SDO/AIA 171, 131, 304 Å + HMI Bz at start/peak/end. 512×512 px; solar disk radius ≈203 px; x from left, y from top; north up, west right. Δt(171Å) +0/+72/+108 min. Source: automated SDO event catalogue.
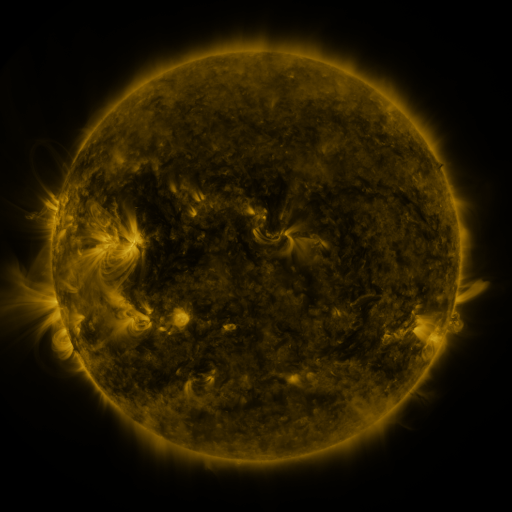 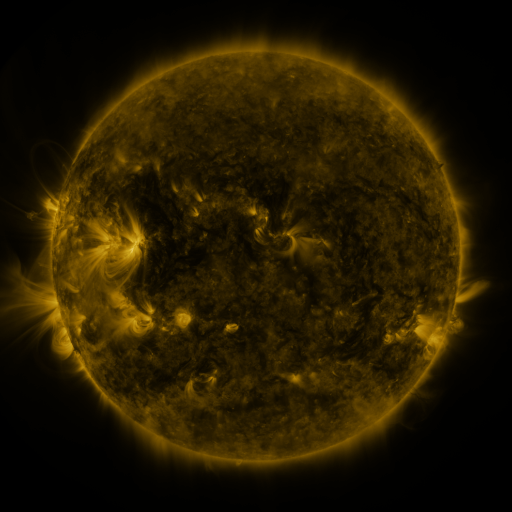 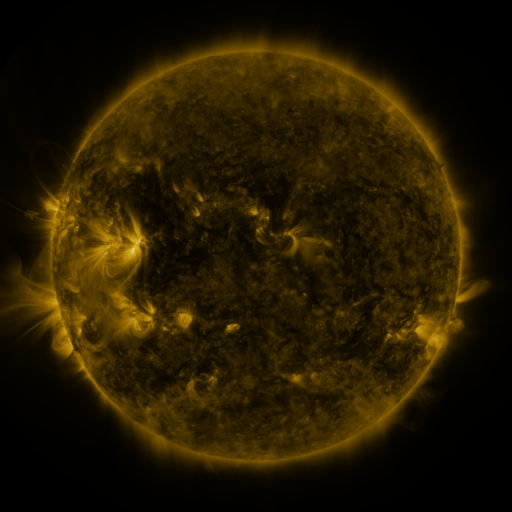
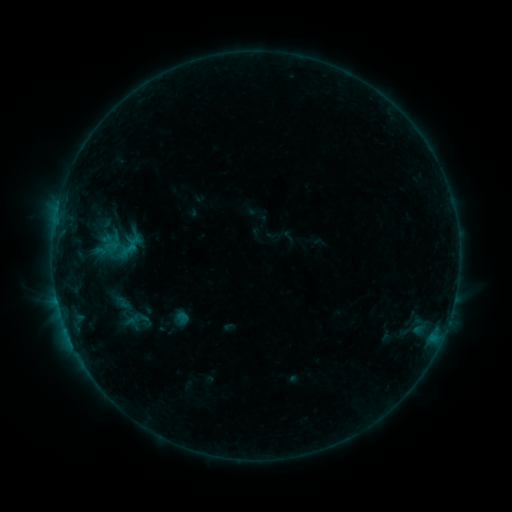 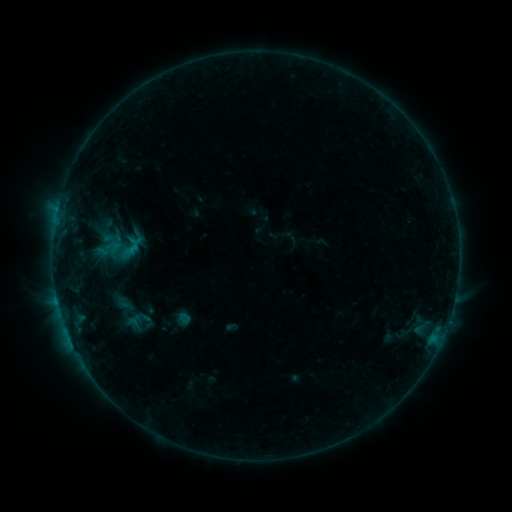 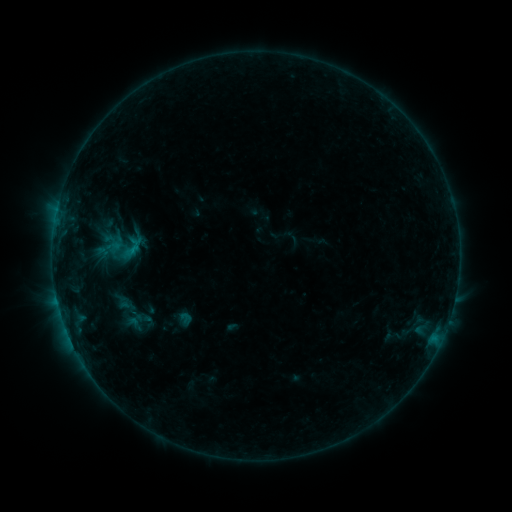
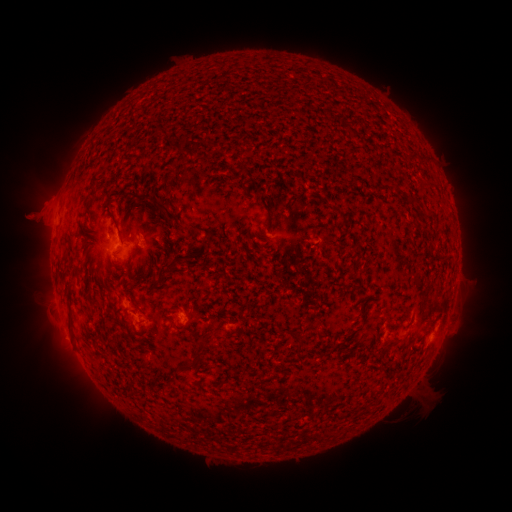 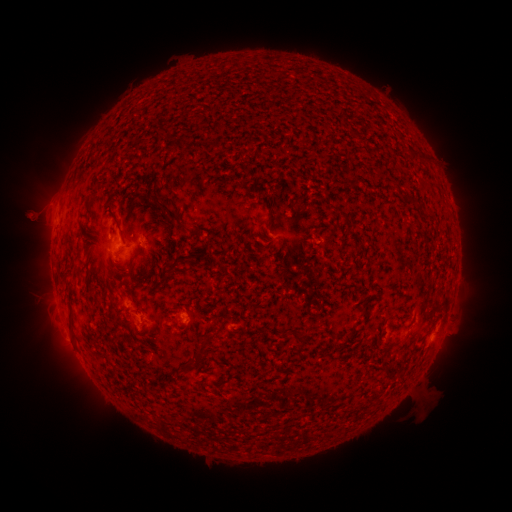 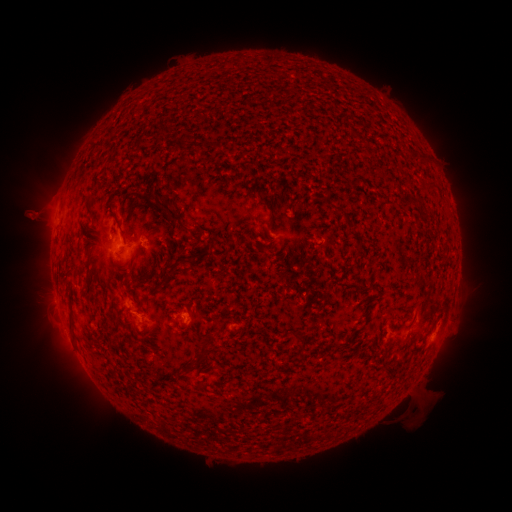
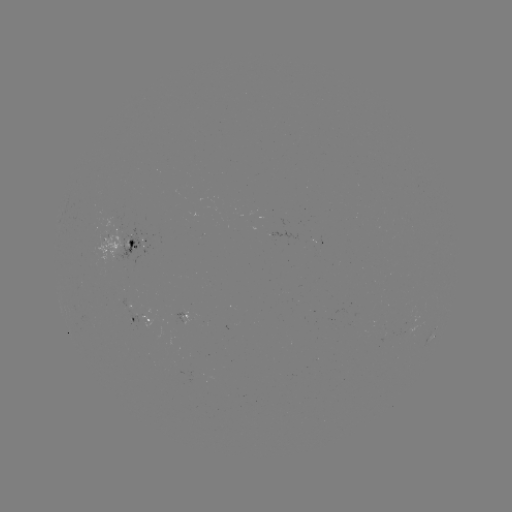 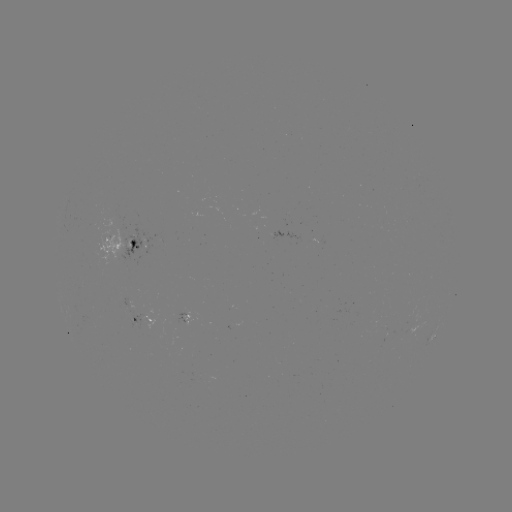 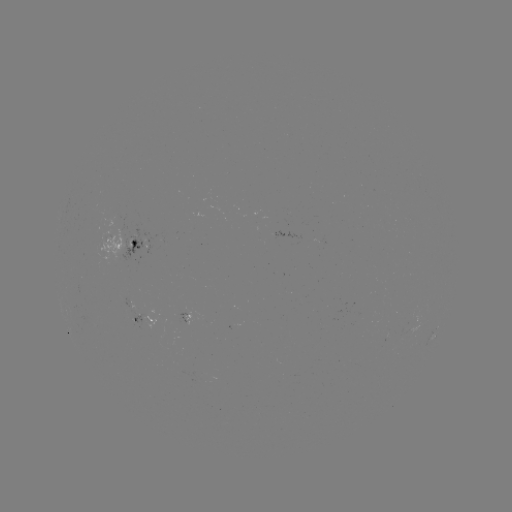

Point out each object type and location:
emerging-flux region: (128, 305)
